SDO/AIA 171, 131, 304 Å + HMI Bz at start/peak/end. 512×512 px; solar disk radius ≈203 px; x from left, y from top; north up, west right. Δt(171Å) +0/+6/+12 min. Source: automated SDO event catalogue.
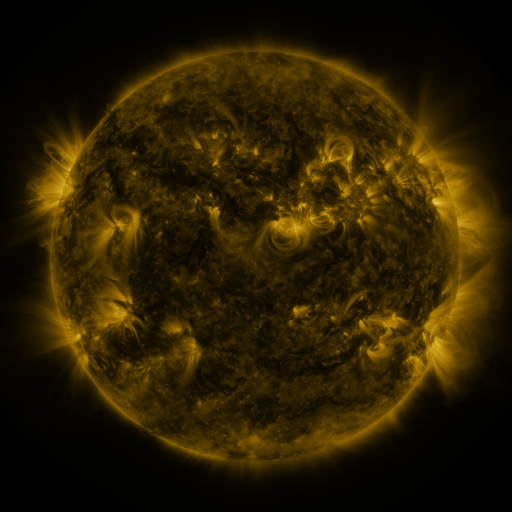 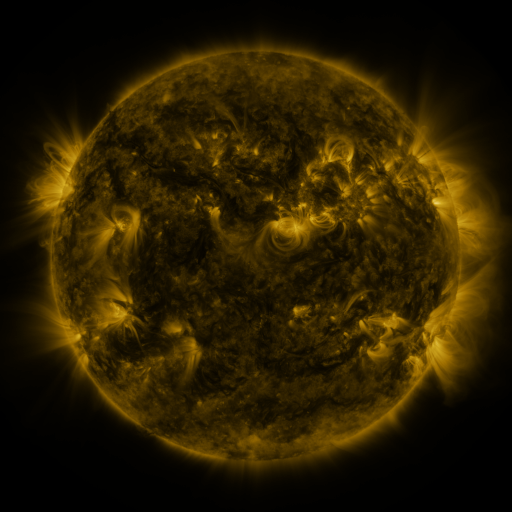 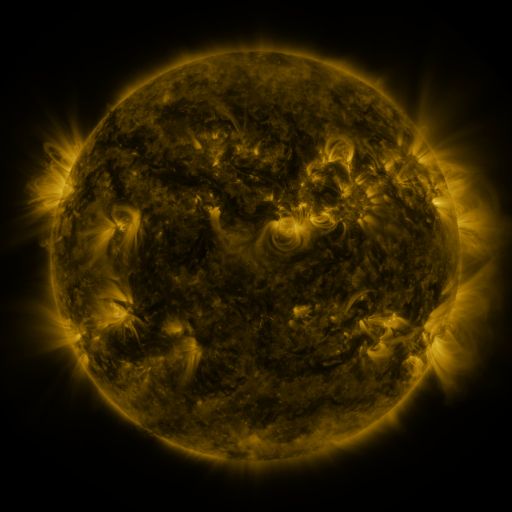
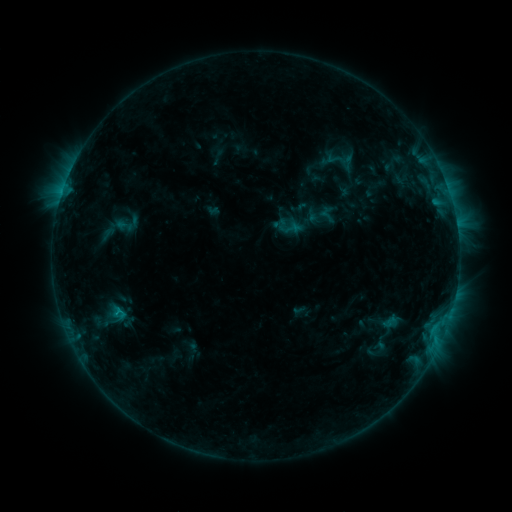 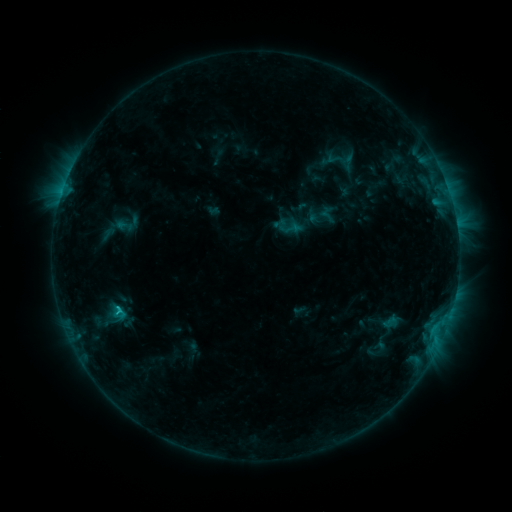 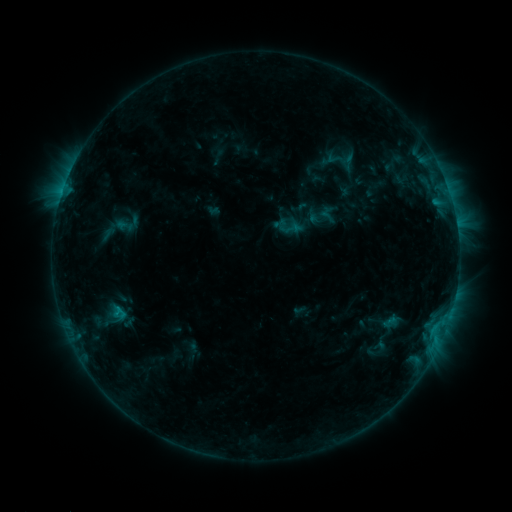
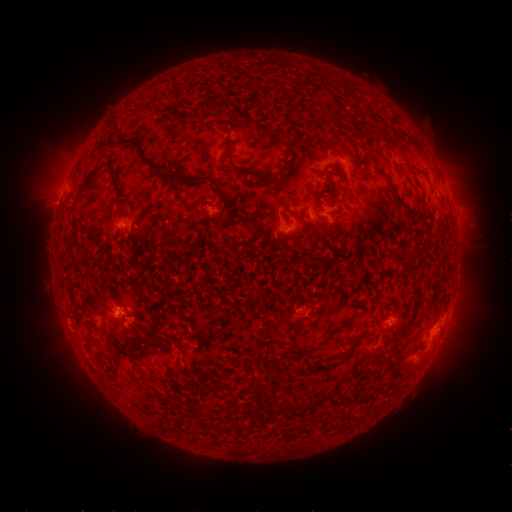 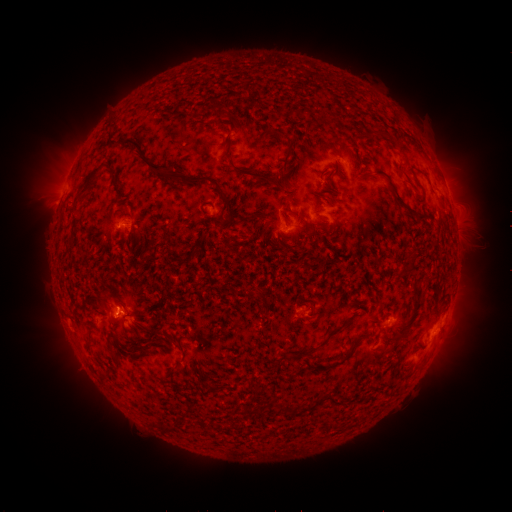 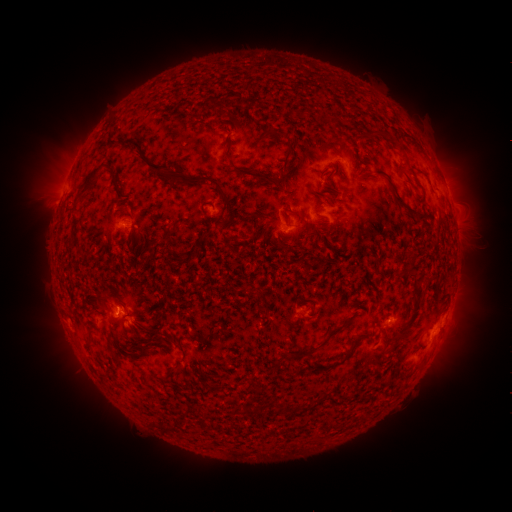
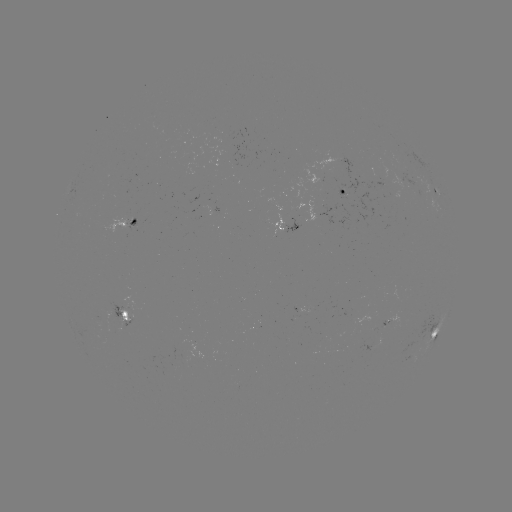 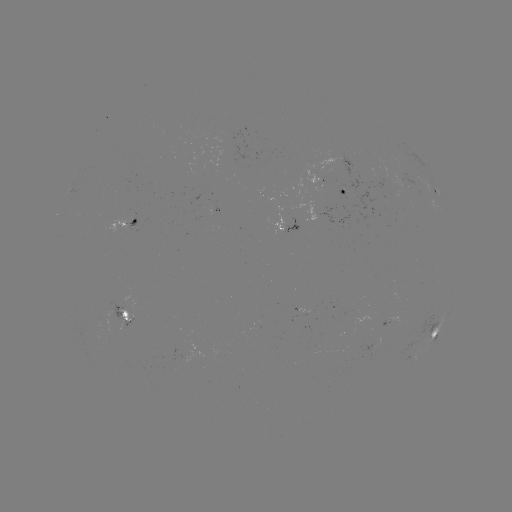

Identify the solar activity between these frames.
C1.0 flare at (119, 307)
